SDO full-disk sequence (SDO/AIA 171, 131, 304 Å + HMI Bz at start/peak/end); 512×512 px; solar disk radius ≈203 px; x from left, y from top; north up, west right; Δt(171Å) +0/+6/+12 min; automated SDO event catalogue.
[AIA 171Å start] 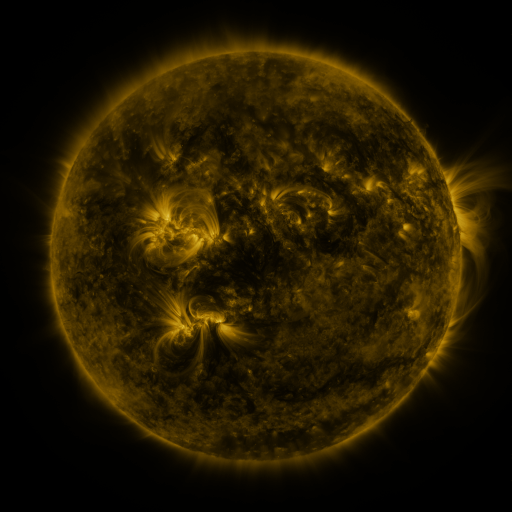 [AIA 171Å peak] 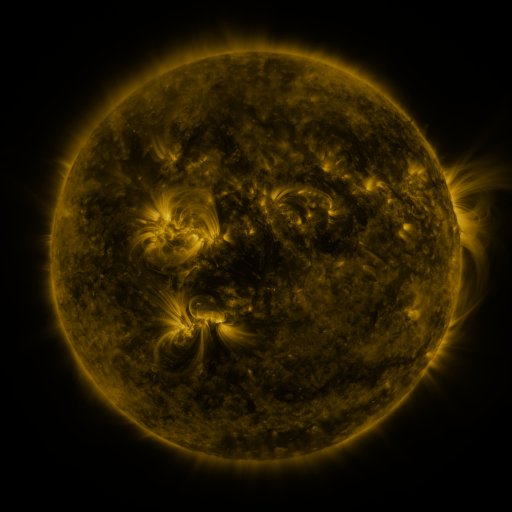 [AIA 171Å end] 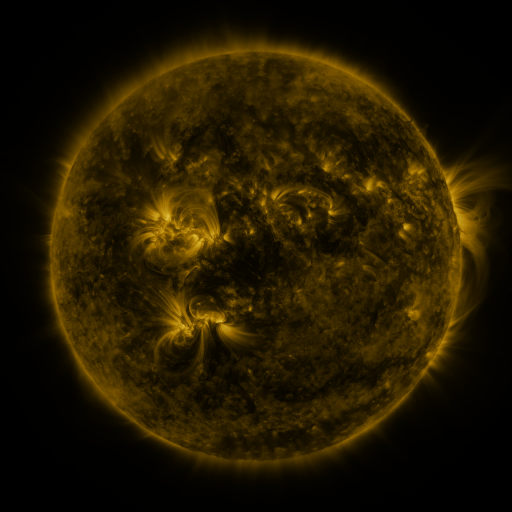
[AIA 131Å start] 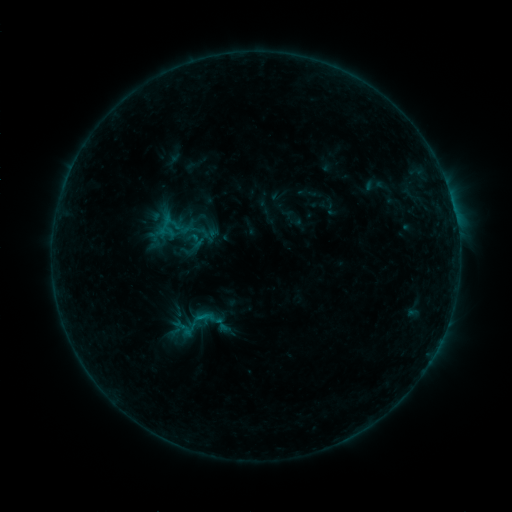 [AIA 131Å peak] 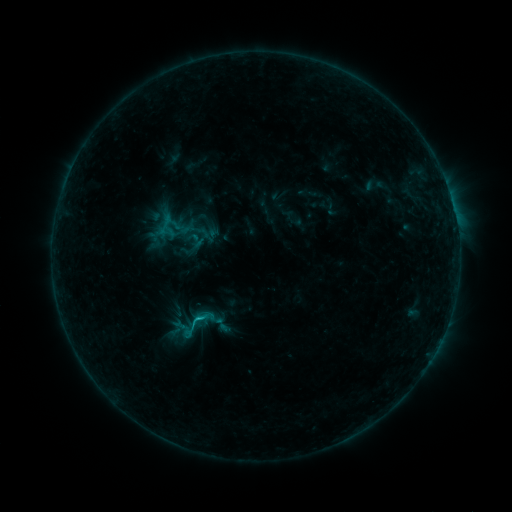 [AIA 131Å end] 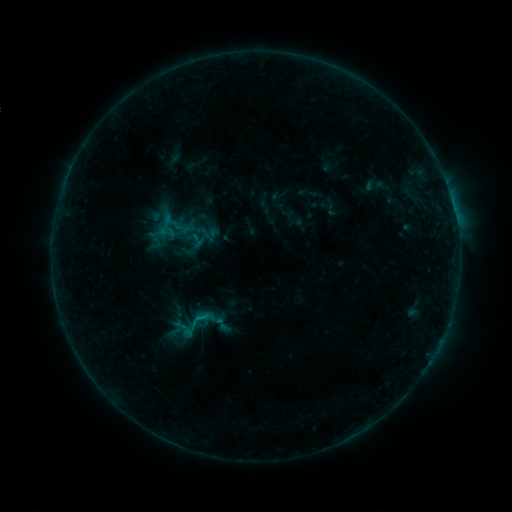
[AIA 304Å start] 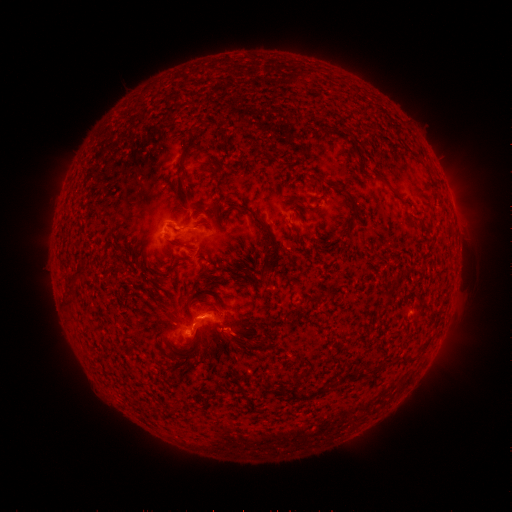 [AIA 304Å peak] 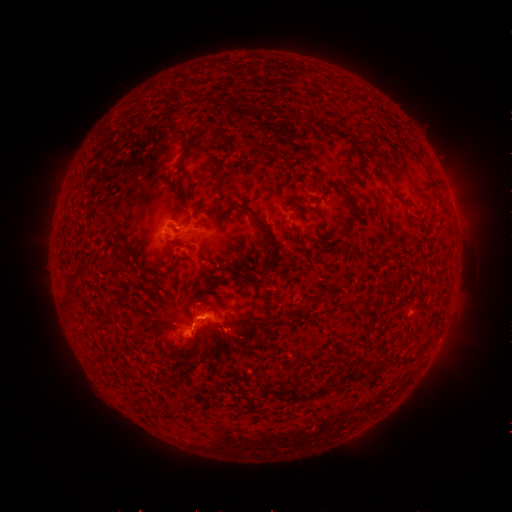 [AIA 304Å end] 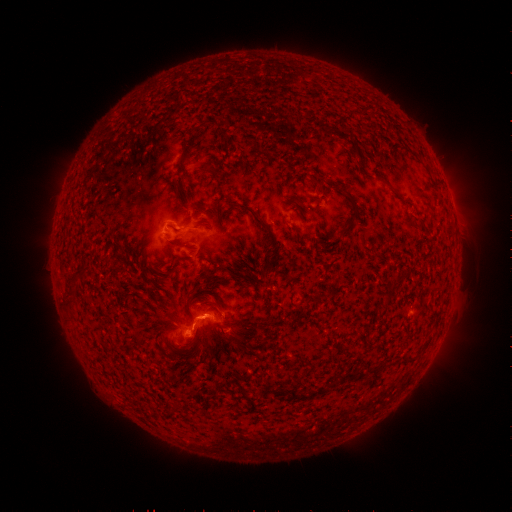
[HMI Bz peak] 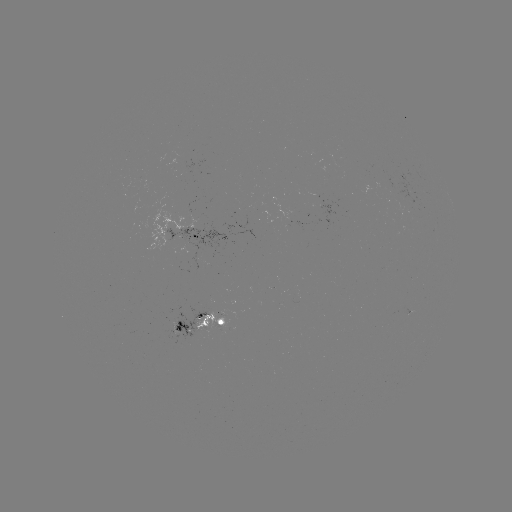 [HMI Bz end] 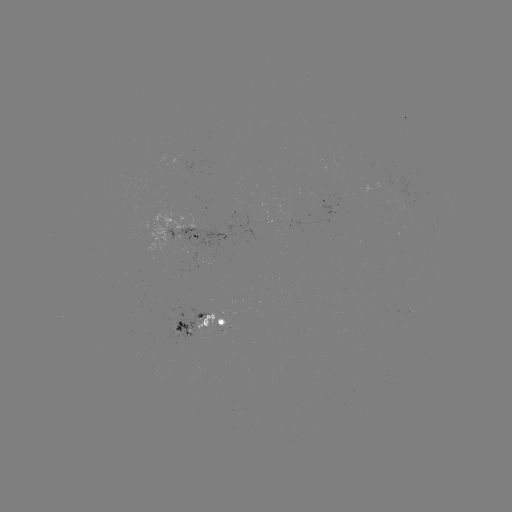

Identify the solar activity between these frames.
B8.3 flare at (199, 318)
